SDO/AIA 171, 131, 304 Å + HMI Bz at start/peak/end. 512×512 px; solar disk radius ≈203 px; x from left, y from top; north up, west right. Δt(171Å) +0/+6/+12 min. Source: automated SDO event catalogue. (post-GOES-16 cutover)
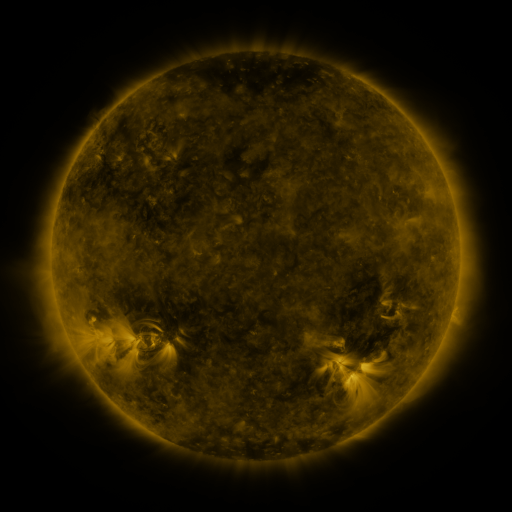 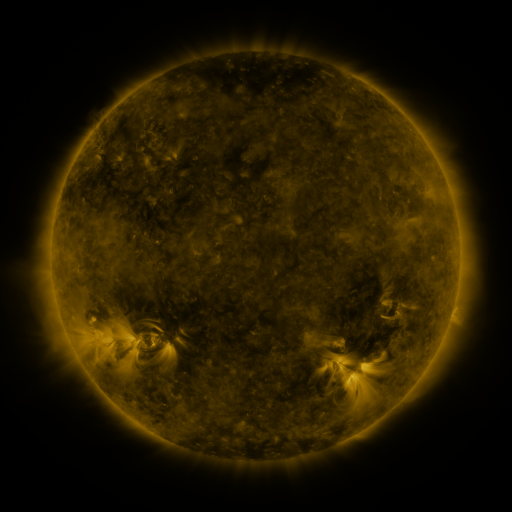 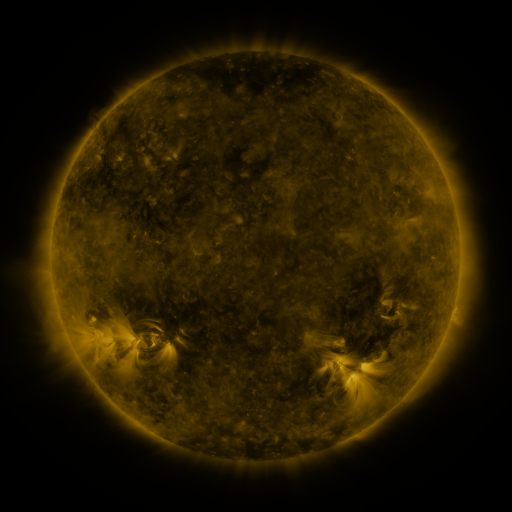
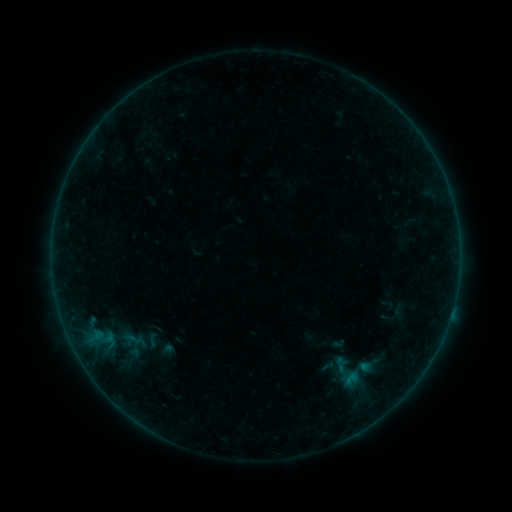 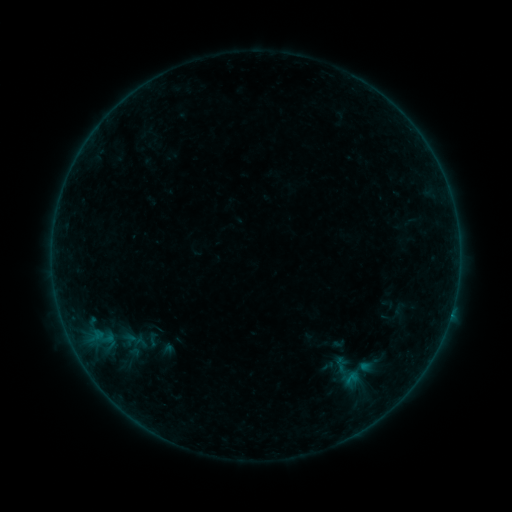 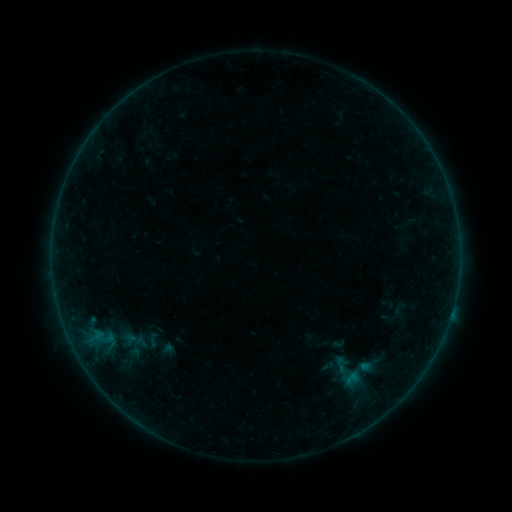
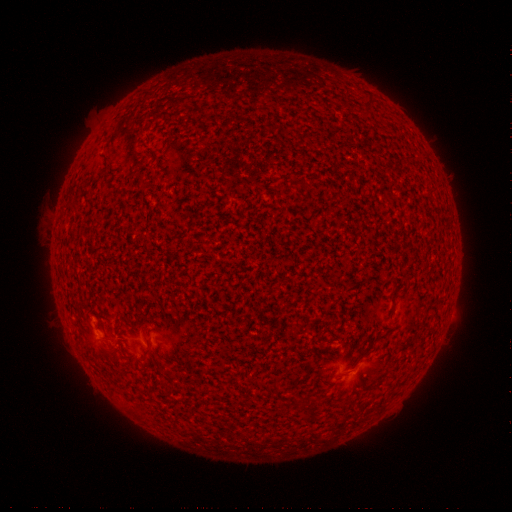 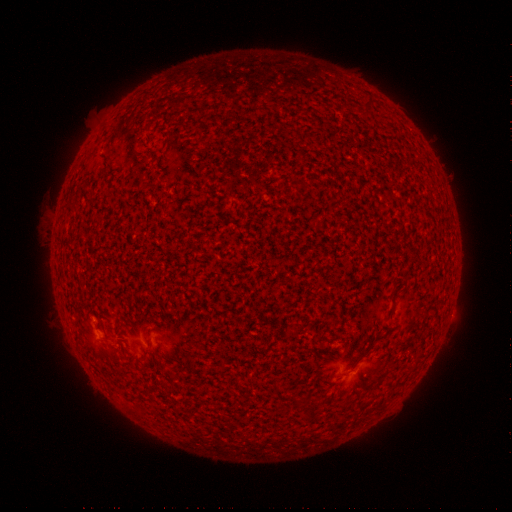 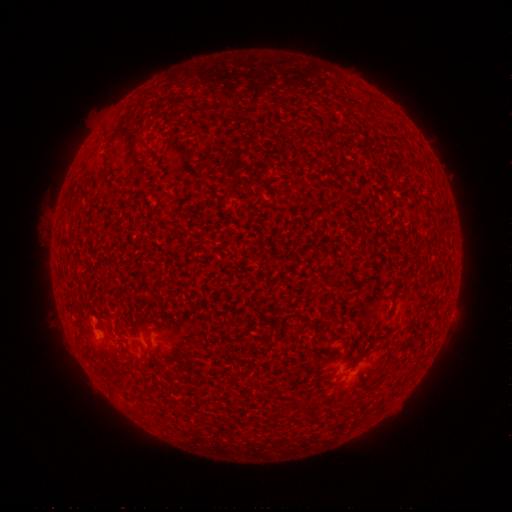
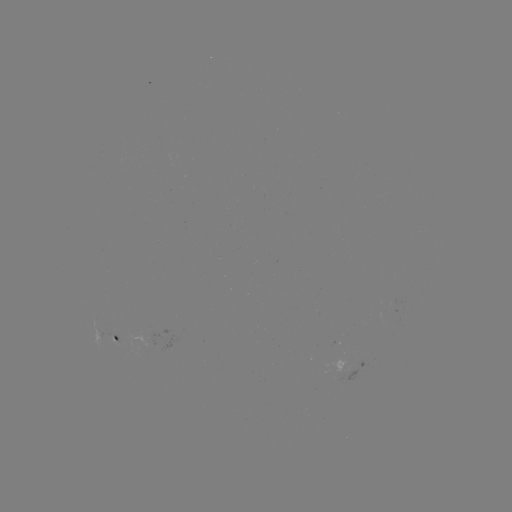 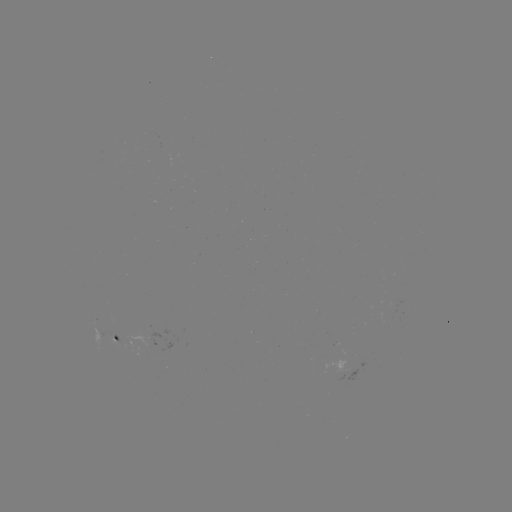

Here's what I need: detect B1.1 flare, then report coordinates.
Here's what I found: B1.1 flare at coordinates [450, 315].